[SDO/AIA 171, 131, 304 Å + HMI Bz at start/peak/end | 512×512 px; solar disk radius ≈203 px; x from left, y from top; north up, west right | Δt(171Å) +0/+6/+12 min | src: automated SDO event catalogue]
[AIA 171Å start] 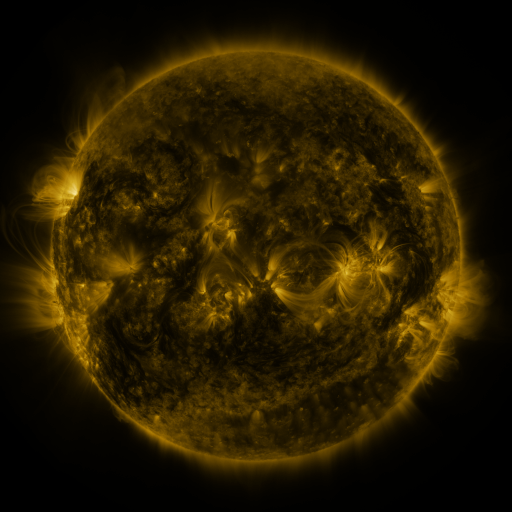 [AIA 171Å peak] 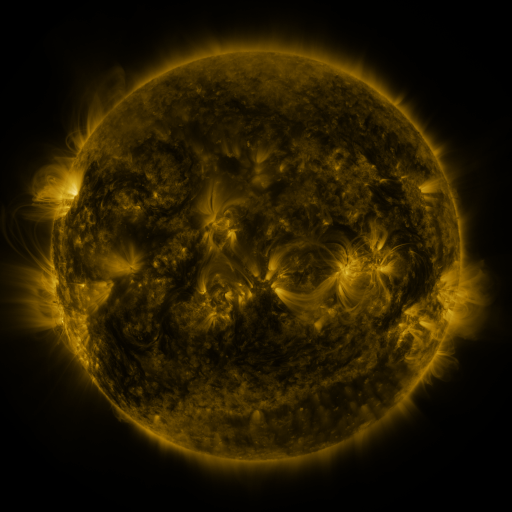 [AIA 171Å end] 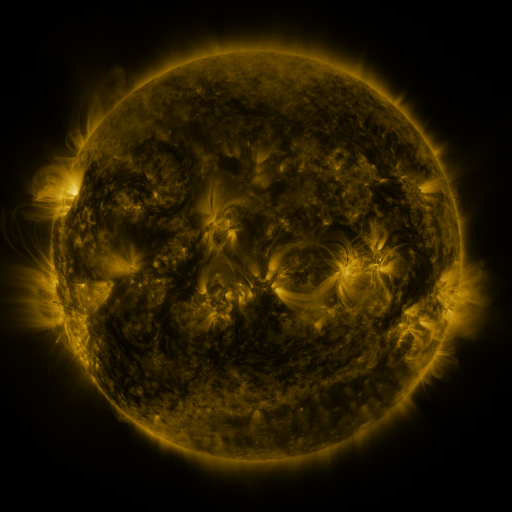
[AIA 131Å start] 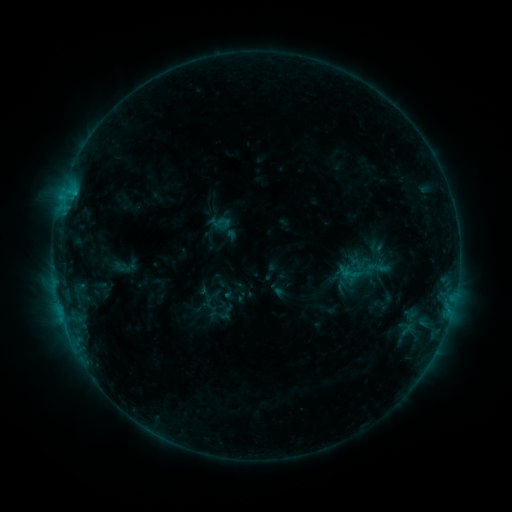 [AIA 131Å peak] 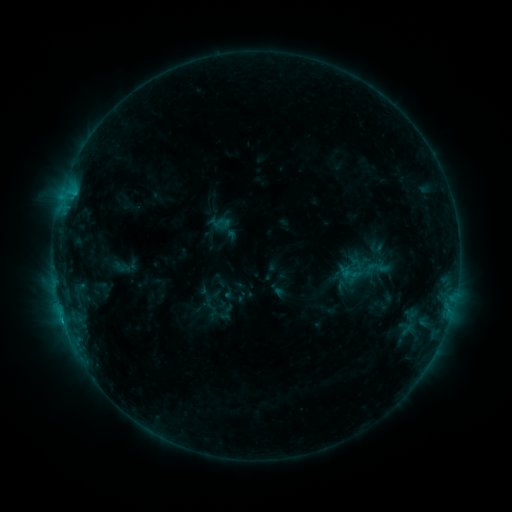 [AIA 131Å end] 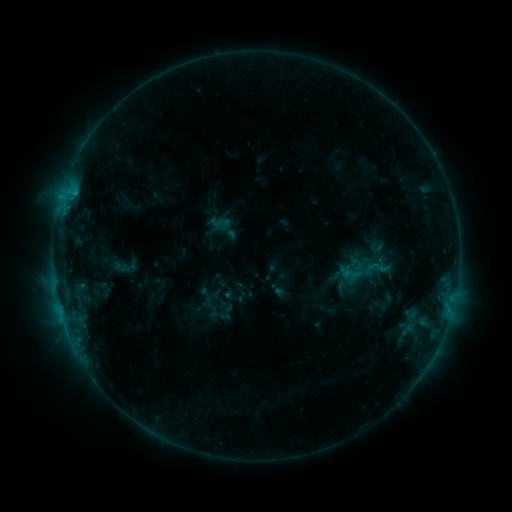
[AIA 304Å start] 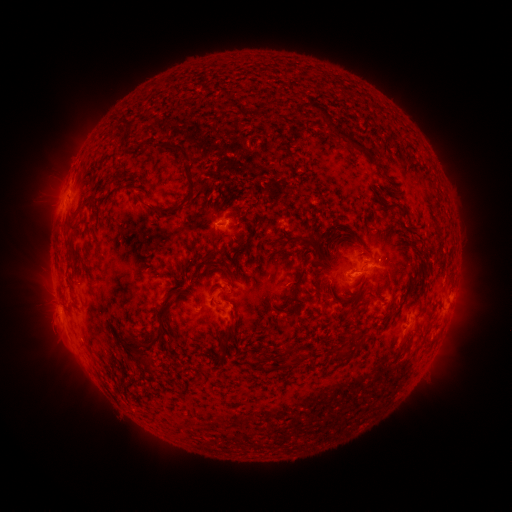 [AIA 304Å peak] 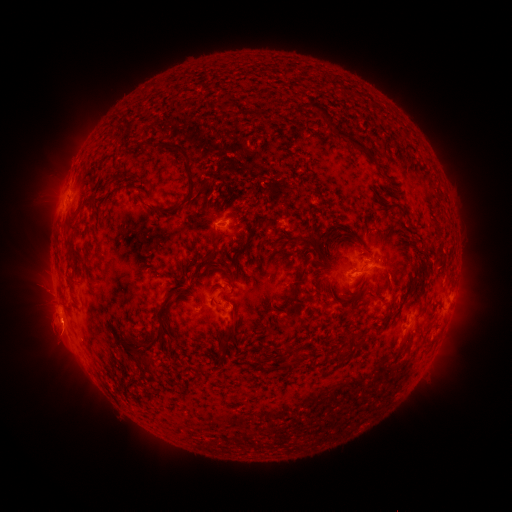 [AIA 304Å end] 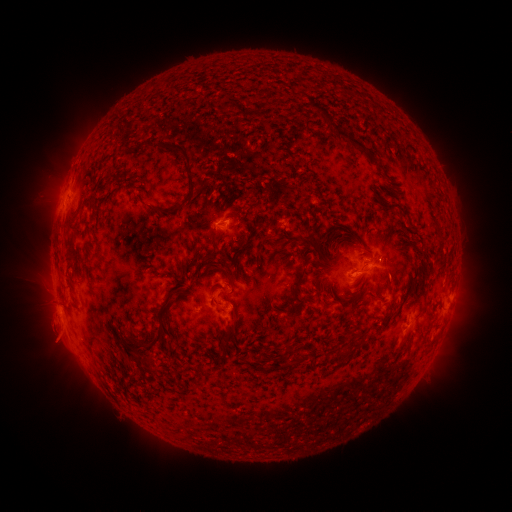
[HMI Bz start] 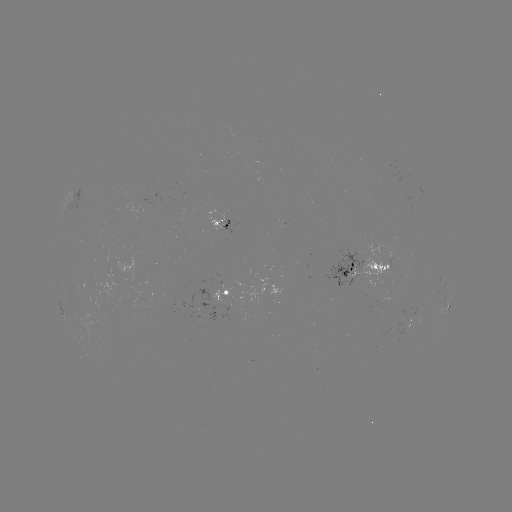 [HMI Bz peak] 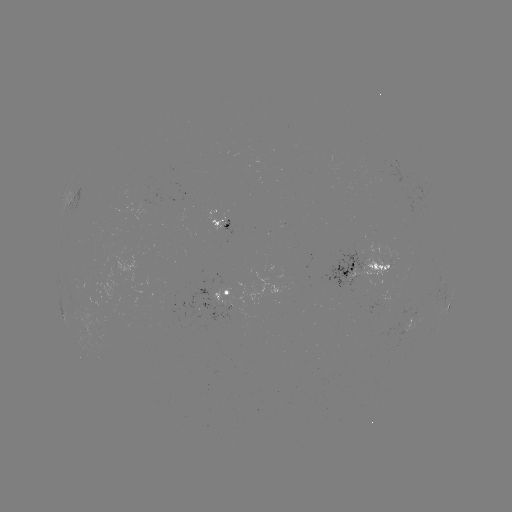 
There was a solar eruption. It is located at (60, 337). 